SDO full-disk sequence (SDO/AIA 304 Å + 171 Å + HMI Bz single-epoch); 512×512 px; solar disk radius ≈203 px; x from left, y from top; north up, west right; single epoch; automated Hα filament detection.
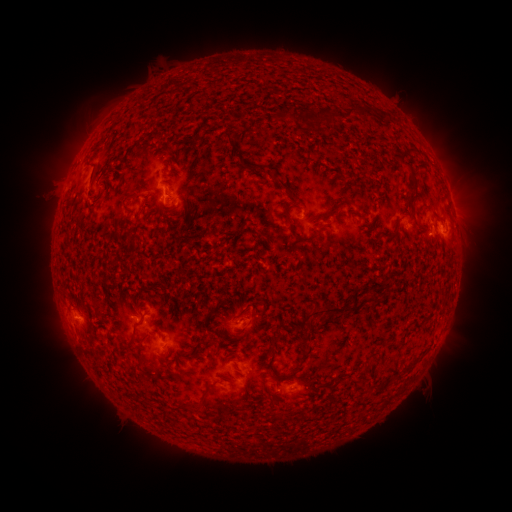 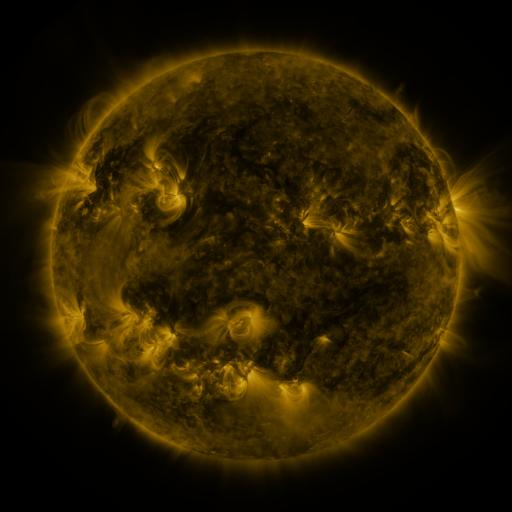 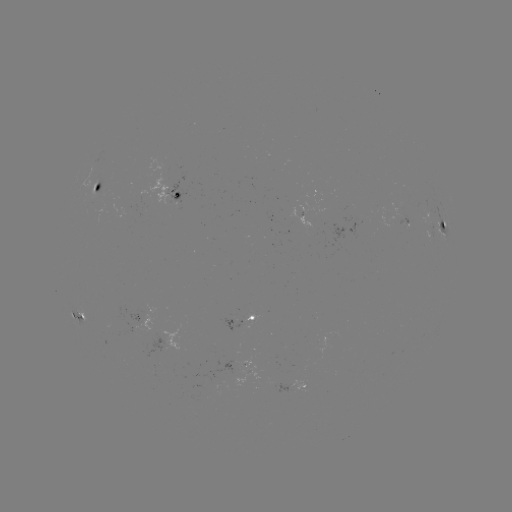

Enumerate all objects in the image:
filament: (344, 105, 369, 118)
filament: (279, 111, 295, 121)
filament: (219, 131, 233, 144)
filament: (402, 161, 417, 190)
filament: (276, 177, 289, 192)
filament: (127, 192, 140, 198)
filament: (283, 203, 293, 217)
filament: (315, 203, 340, 220)
filament: (287, 222, 313, 243)
filament: (366, 294, 375, 303)
filament: (303, 305, 345, 327)
filament: (135, 312, 144, 324)
filament: (125, 334, 134, 348)
filament: (185, 399, 201, 410)
